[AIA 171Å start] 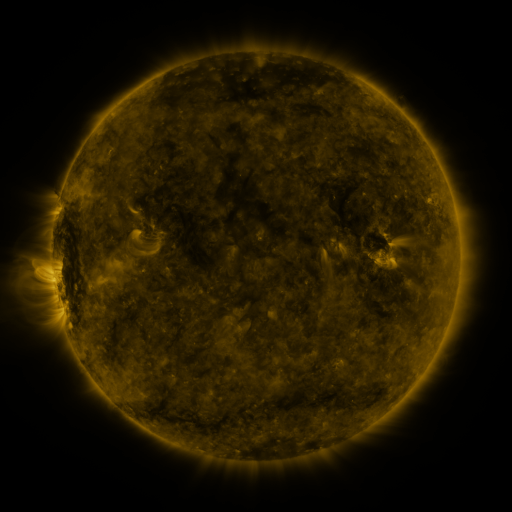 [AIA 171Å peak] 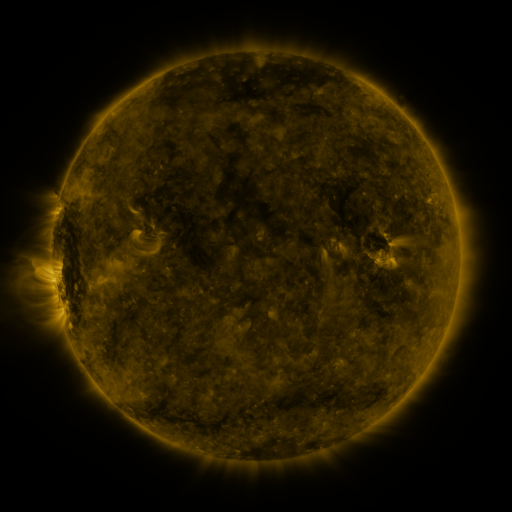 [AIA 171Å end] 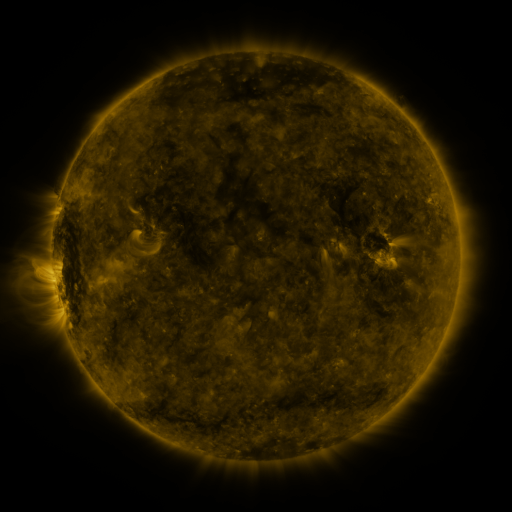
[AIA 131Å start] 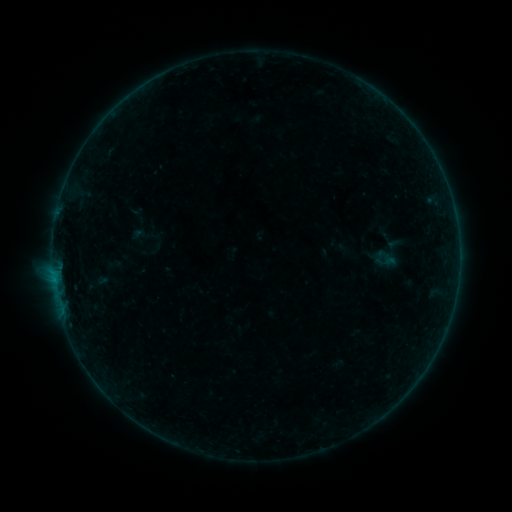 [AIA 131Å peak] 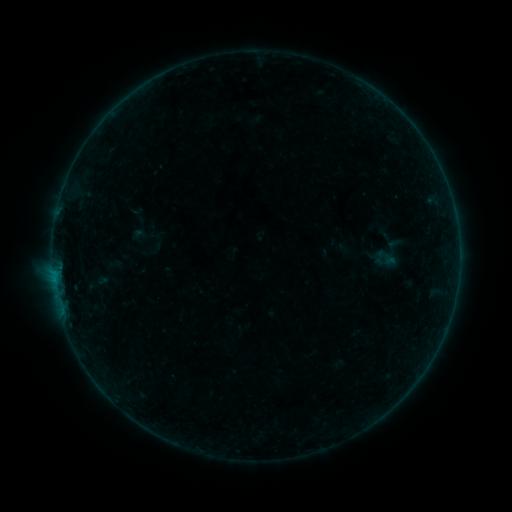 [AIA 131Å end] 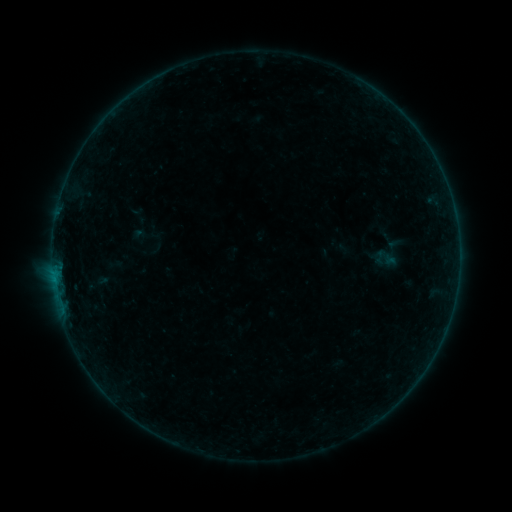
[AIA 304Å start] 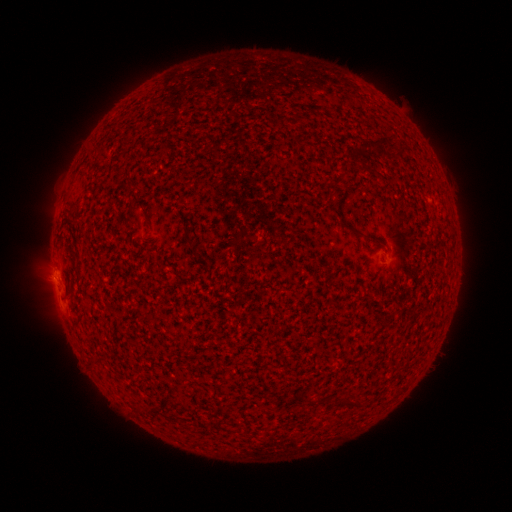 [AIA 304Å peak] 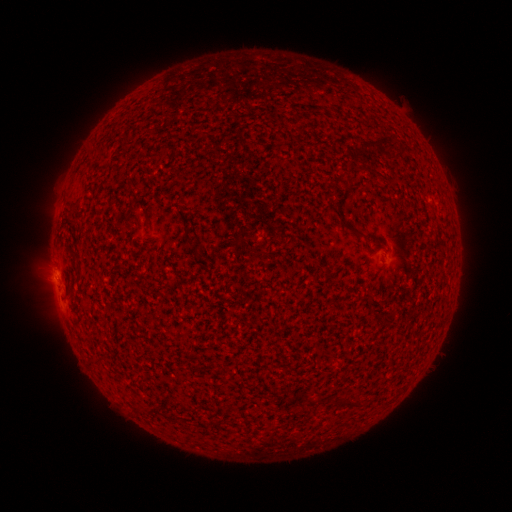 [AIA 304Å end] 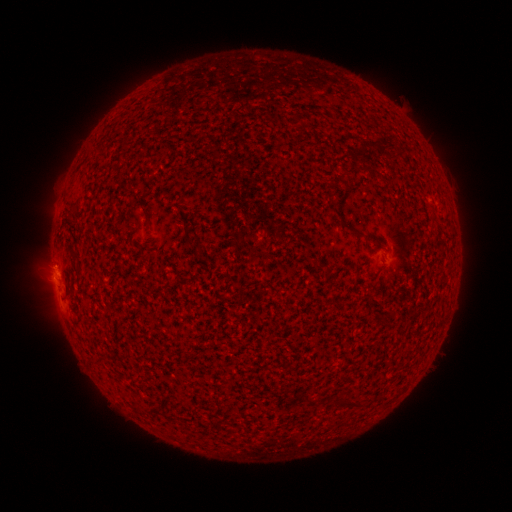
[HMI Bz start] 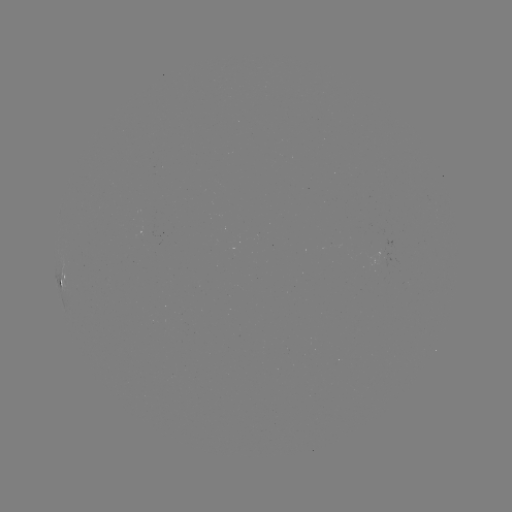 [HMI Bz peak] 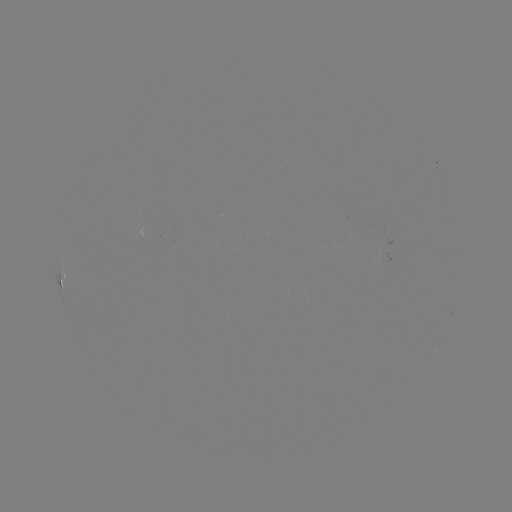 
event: flare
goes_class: B1.2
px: (55, 272)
